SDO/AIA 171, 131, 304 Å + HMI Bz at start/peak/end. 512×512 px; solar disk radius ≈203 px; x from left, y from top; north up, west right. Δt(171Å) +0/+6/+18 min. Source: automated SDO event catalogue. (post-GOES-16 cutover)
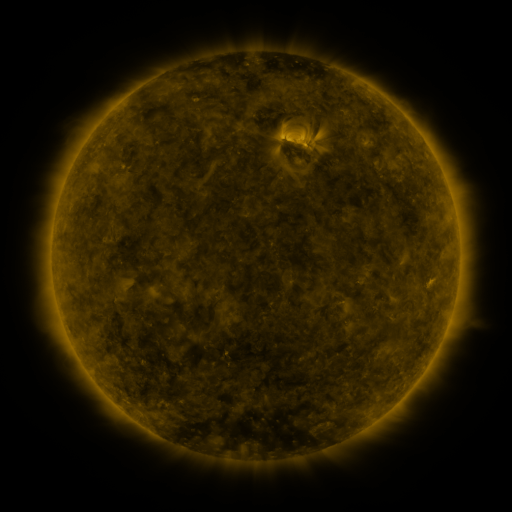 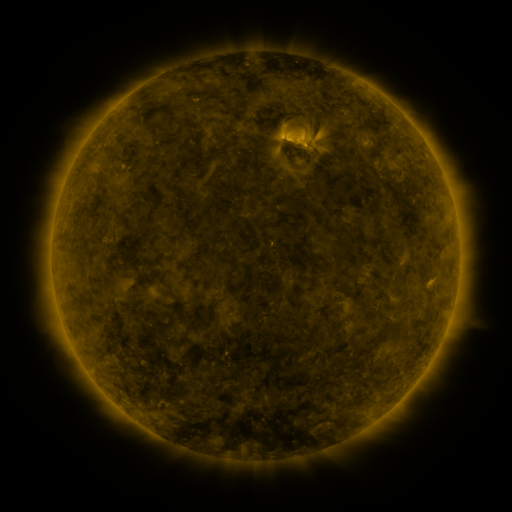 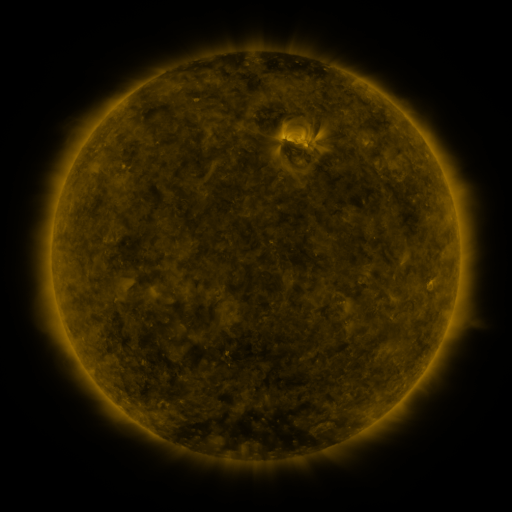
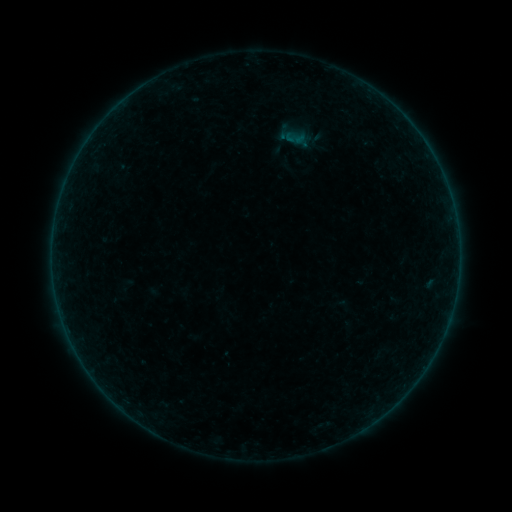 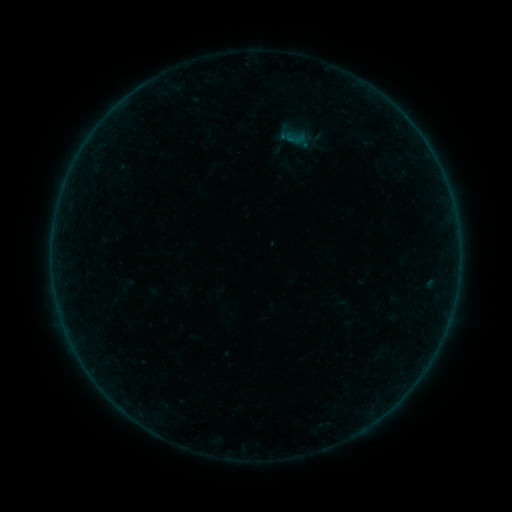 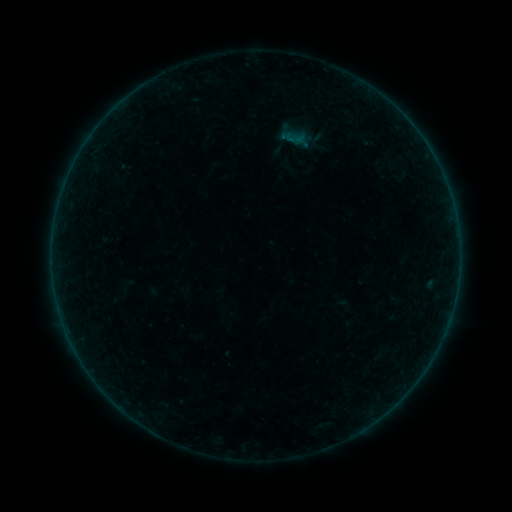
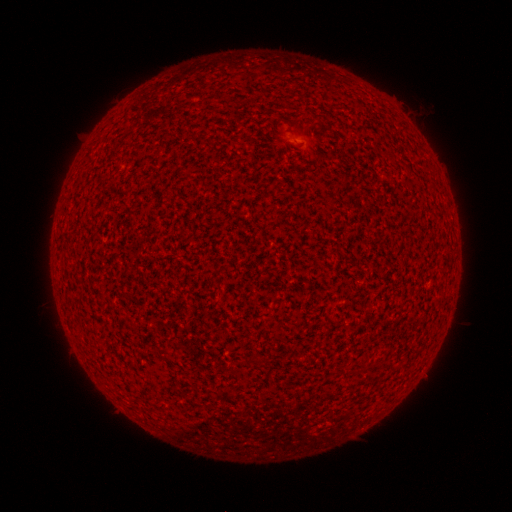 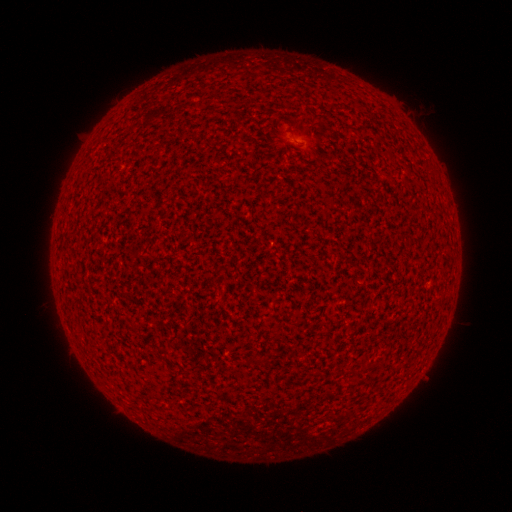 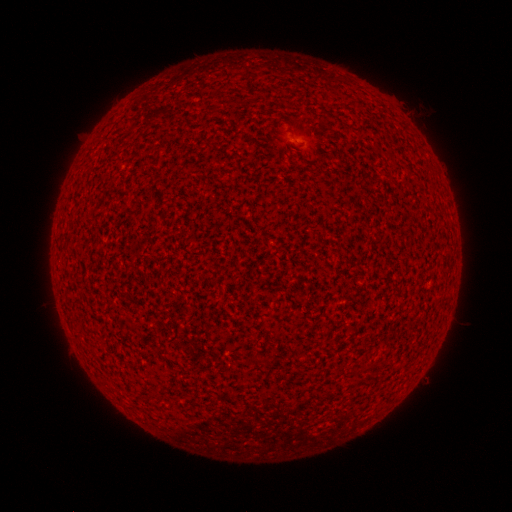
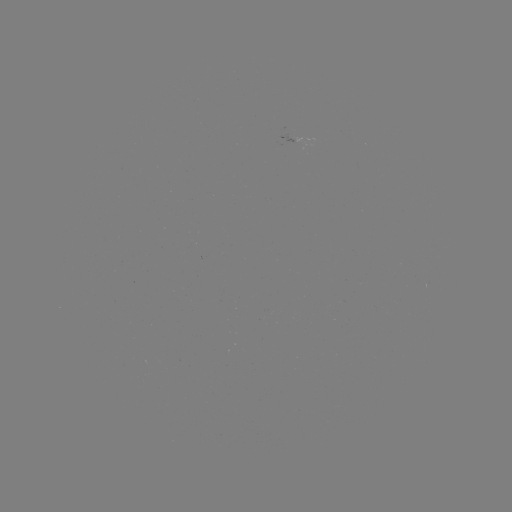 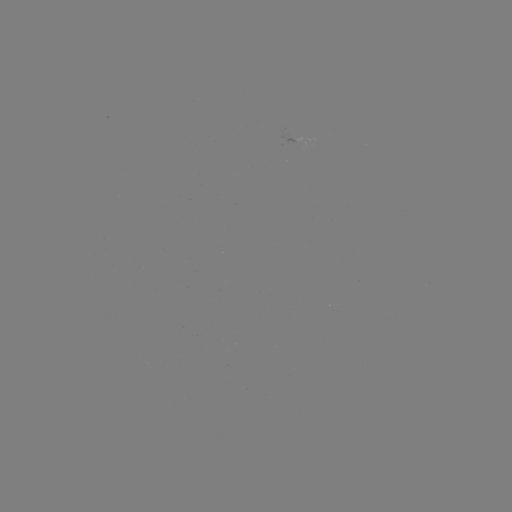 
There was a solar flare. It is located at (293, 141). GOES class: A2.1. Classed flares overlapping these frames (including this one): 1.